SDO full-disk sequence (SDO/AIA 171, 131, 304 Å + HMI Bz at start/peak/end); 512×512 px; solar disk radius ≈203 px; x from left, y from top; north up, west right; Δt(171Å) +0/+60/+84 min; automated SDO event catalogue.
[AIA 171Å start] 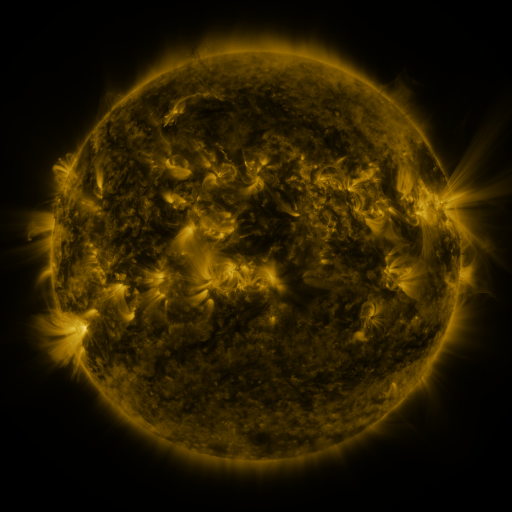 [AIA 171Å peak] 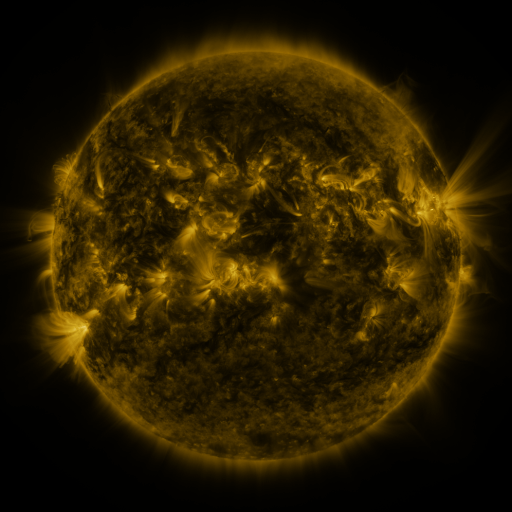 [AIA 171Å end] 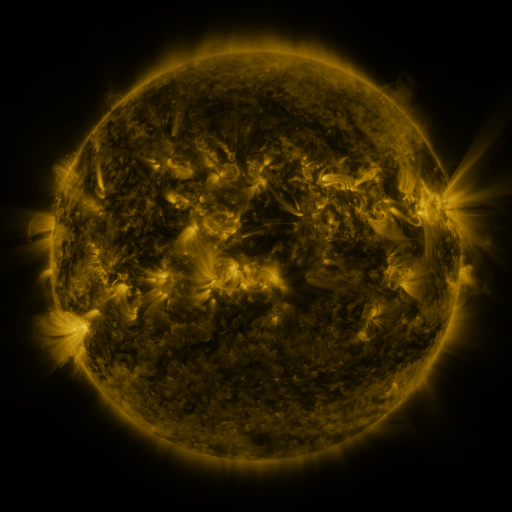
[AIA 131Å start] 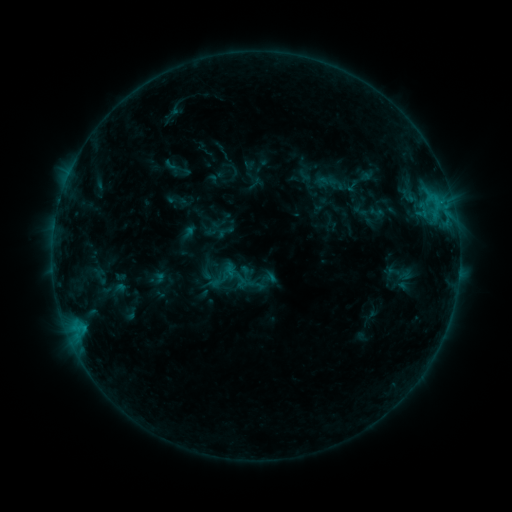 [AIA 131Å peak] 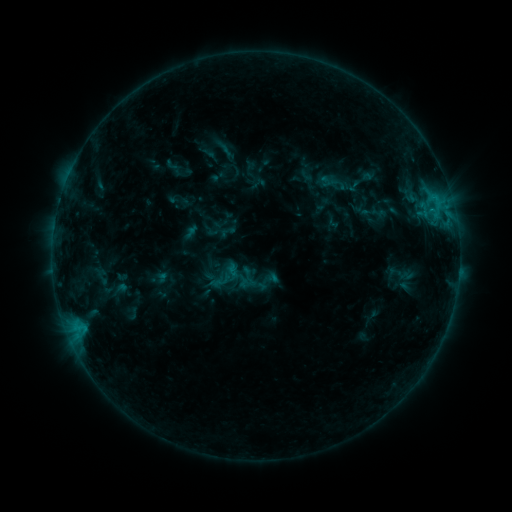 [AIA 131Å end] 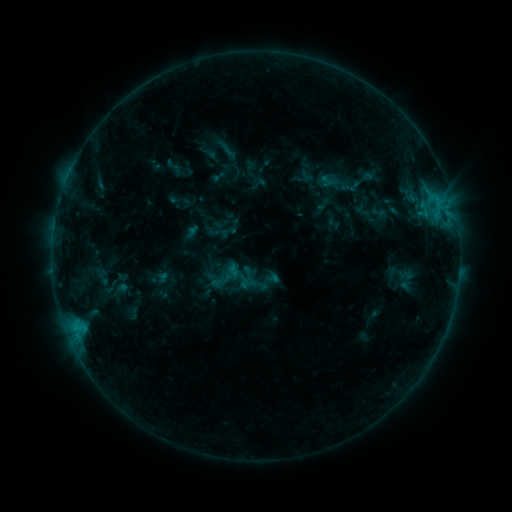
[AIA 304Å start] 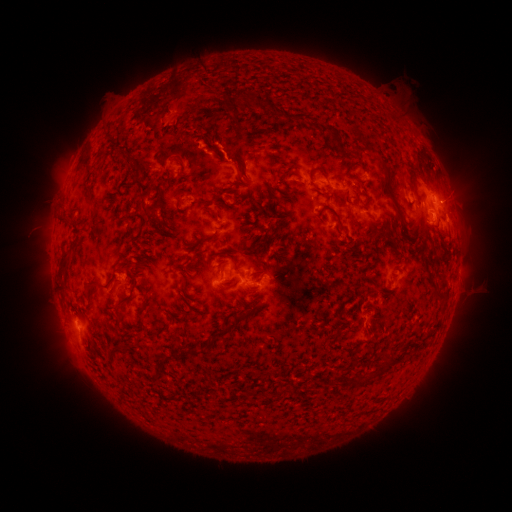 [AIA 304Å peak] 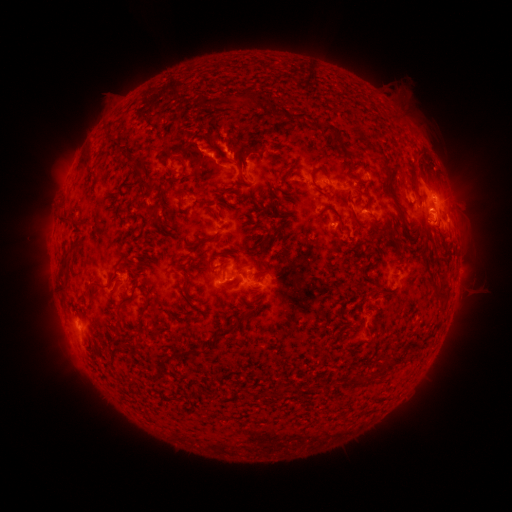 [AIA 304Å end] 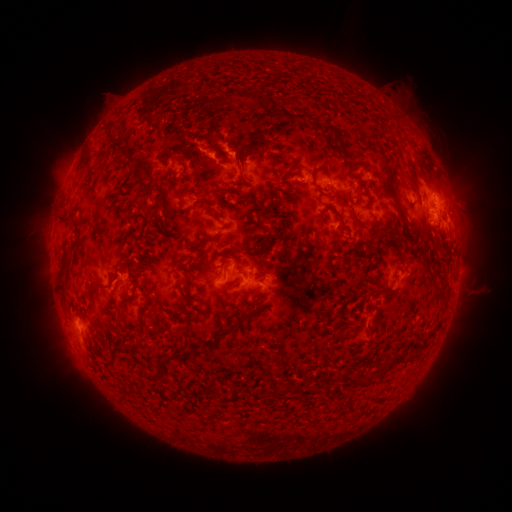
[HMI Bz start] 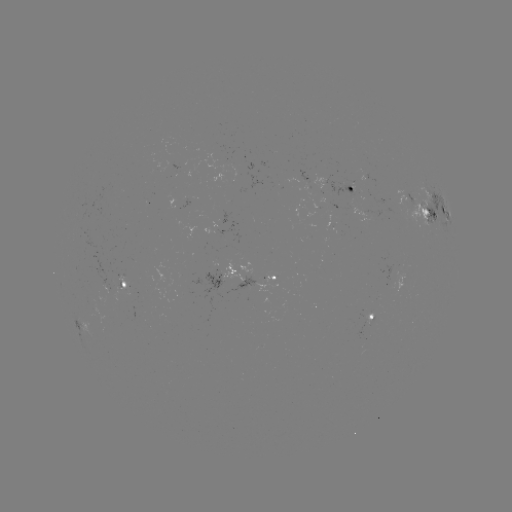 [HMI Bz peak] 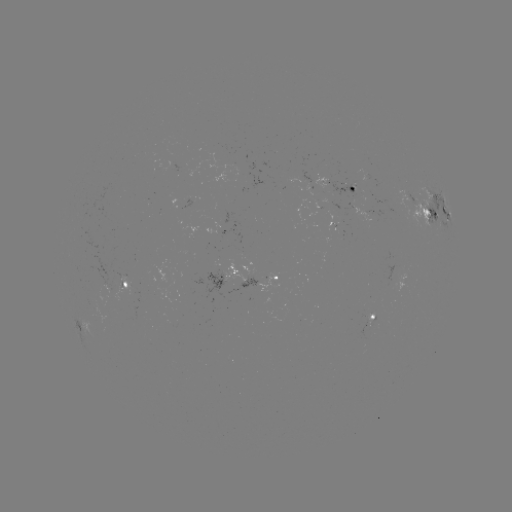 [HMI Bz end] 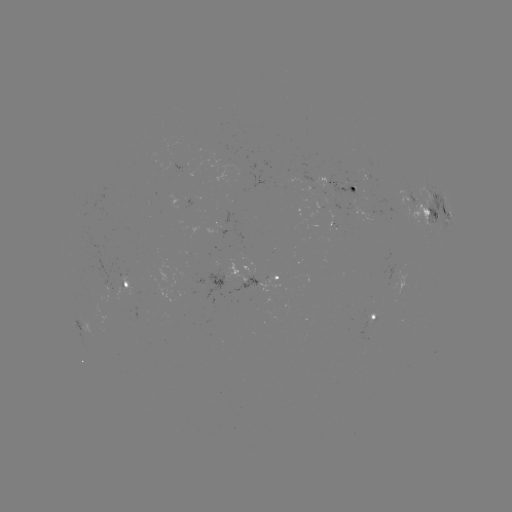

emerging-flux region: (180, 198, 191, 210)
